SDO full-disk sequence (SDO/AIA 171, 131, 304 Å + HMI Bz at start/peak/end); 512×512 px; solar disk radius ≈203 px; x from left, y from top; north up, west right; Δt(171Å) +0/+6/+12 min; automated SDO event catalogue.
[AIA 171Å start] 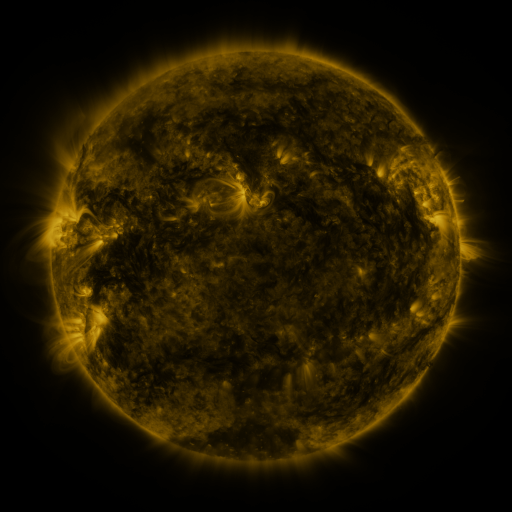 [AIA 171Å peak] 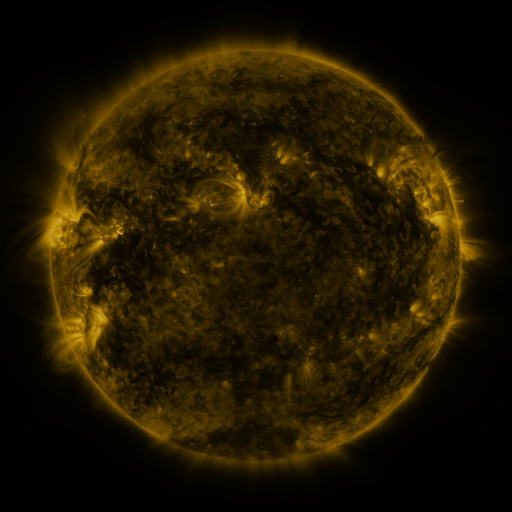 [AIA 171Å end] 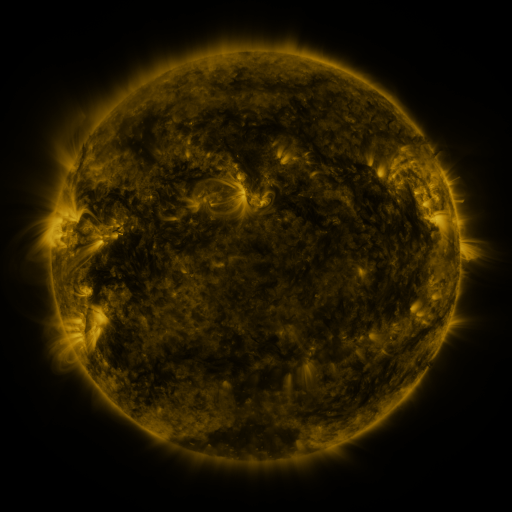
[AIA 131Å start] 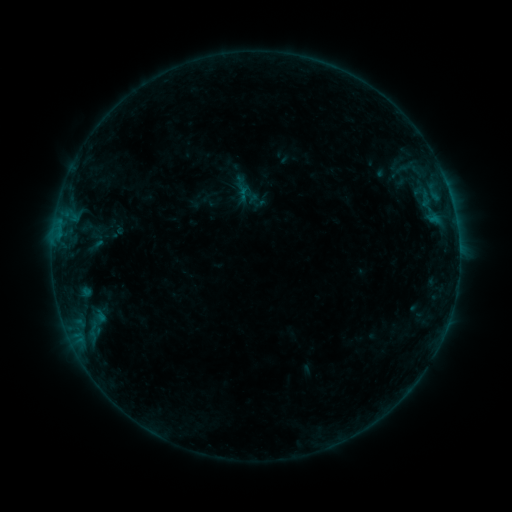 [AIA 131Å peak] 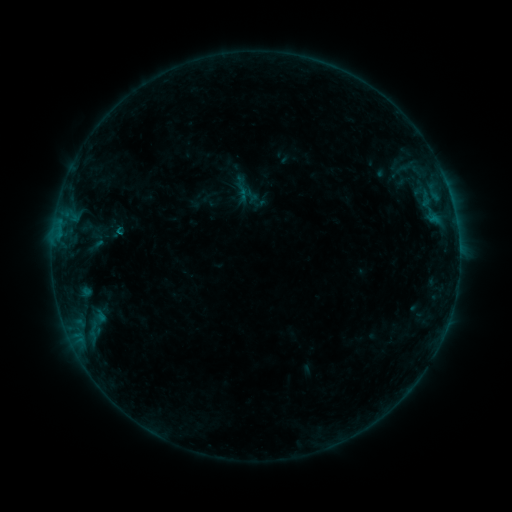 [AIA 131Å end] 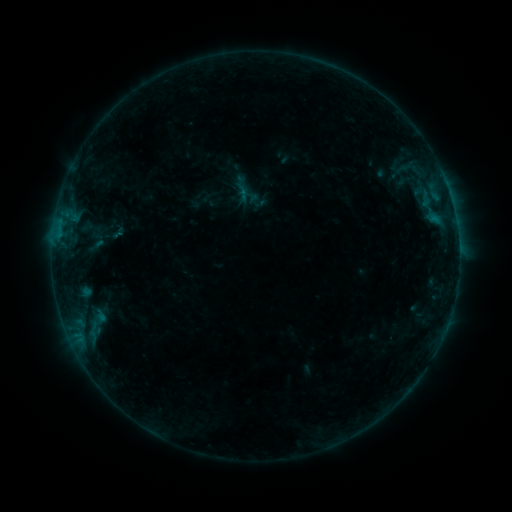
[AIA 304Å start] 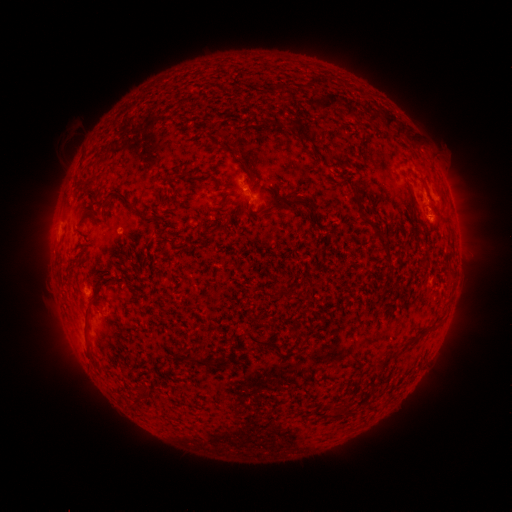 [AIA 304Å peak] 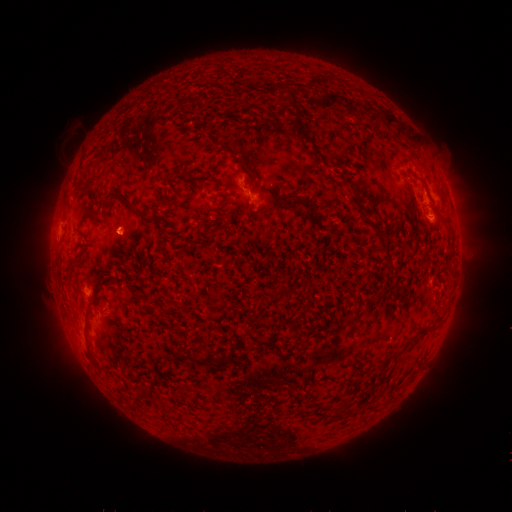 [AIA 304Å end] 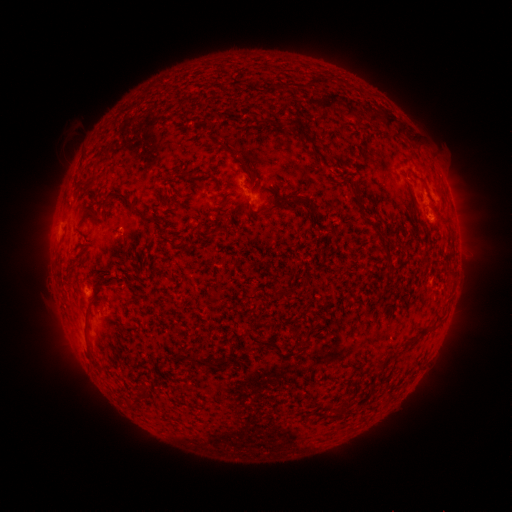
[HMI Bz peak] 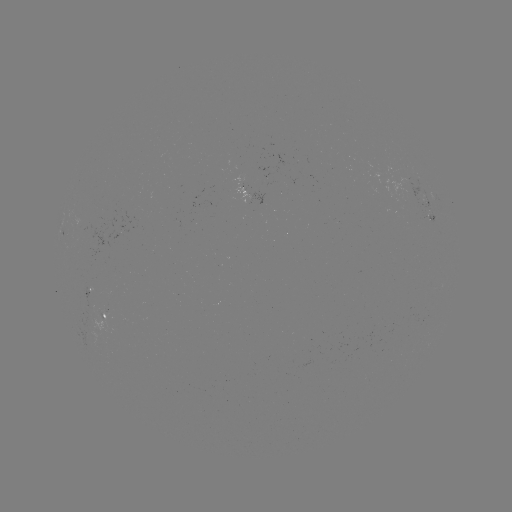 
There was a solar flare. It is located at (119, 235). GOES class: B4.1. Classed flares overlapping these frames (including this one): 1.